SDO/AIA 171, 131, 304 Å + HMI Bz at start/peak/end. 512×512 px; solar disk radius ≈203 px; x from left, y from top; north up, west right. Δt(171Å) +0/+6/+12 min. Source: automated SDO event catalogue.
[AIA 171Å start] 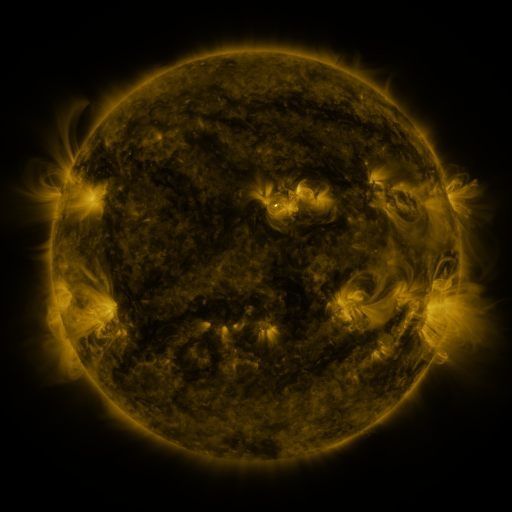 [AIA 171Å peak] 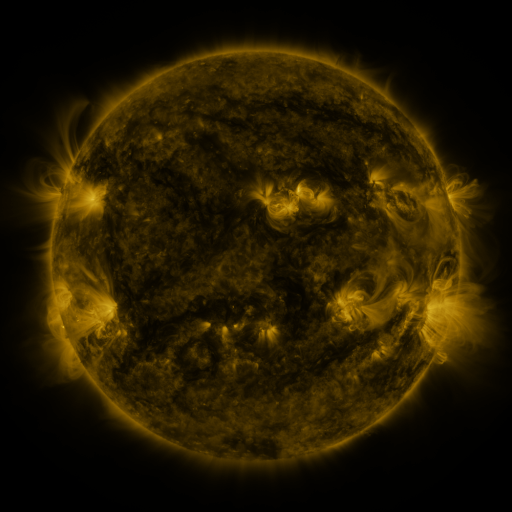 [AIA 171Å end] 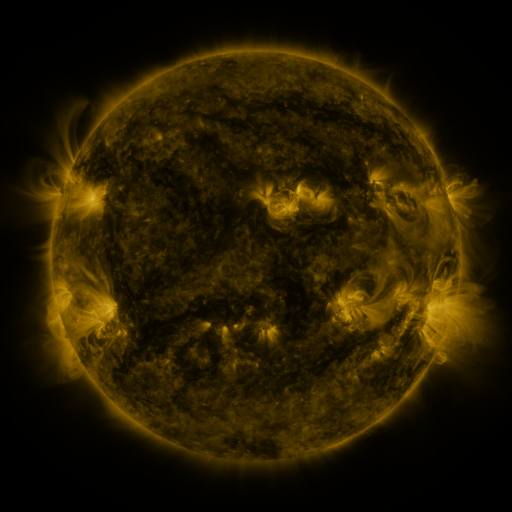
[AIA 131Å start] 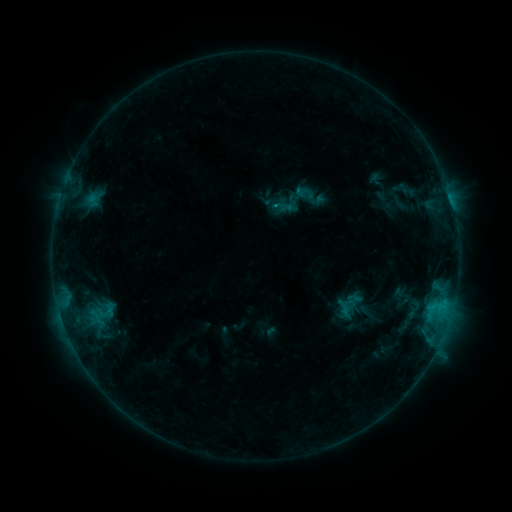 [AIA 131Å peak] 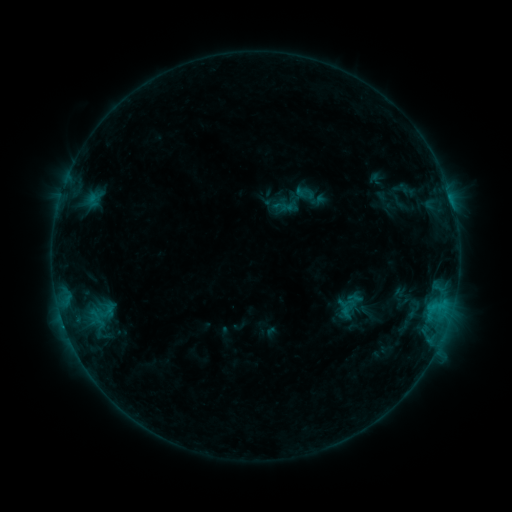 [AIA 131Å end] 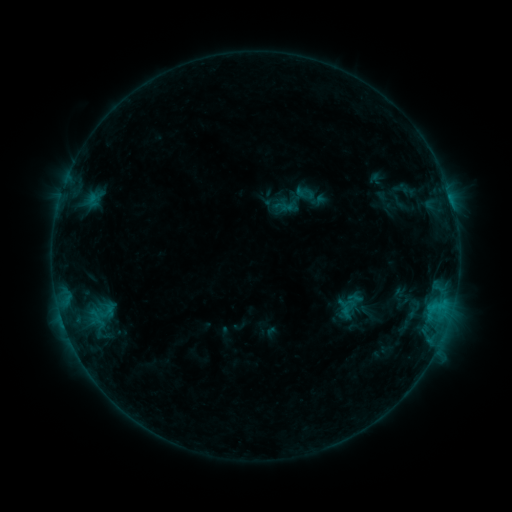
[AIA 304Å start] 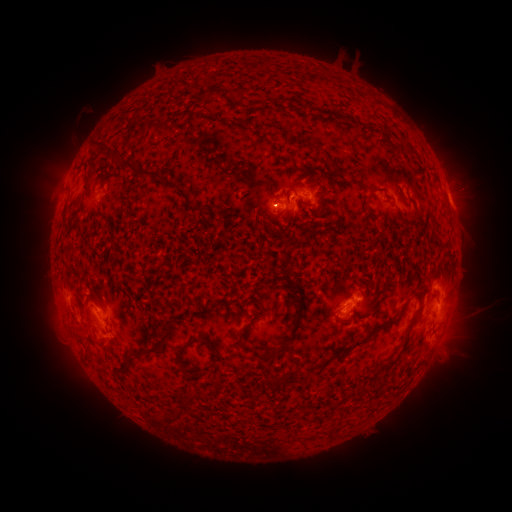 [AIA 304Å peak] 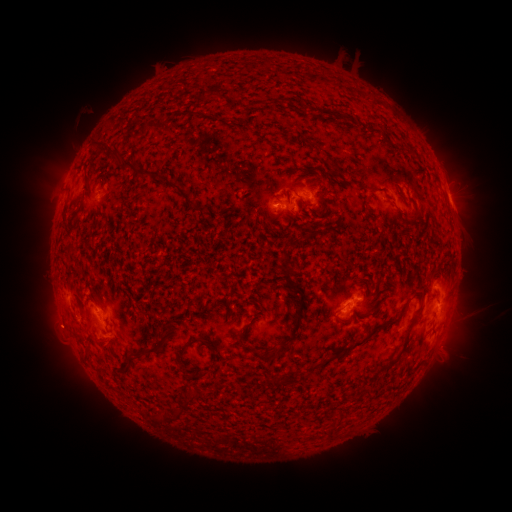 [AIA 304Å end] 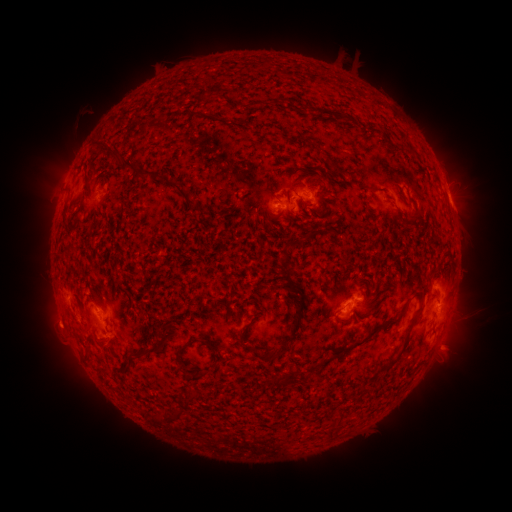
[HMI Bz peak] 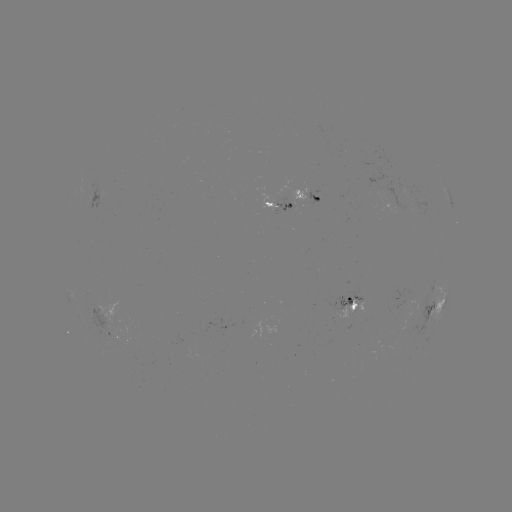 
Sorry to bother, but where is eruption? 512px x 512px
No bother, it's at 55,326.